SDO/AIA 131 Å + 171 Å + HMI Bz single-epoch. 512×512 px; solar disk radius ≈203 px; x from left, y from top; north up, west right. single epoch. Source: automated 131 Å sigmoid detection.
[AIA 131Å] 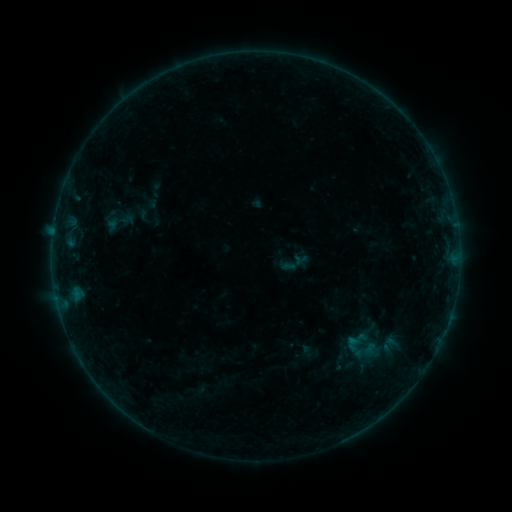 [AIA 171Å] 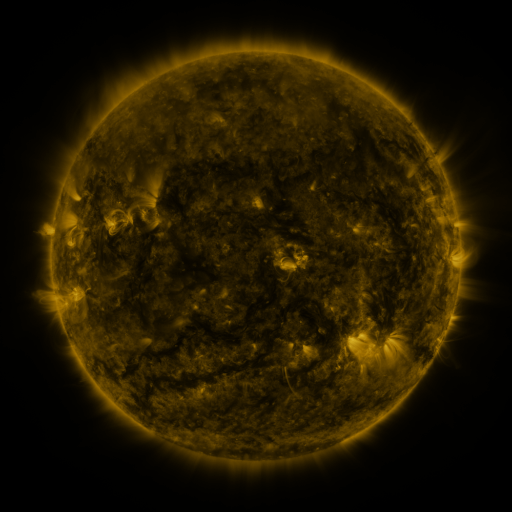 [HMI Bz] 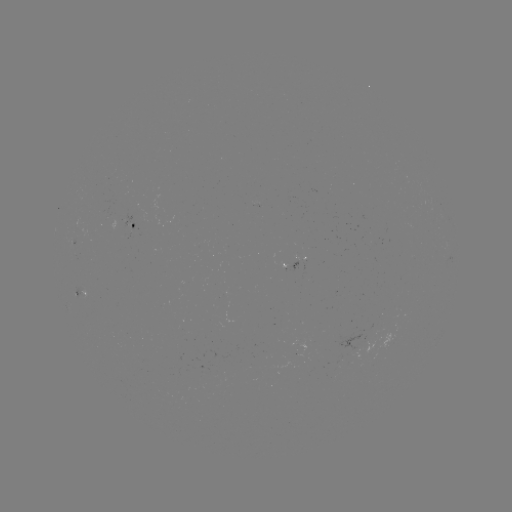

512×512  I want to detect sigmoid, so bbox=[104, 204, 134, 240].